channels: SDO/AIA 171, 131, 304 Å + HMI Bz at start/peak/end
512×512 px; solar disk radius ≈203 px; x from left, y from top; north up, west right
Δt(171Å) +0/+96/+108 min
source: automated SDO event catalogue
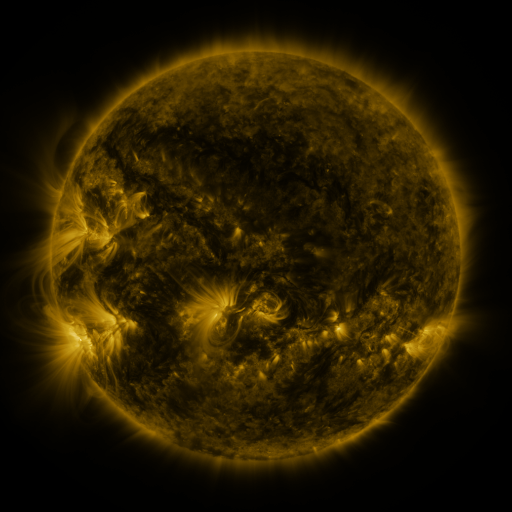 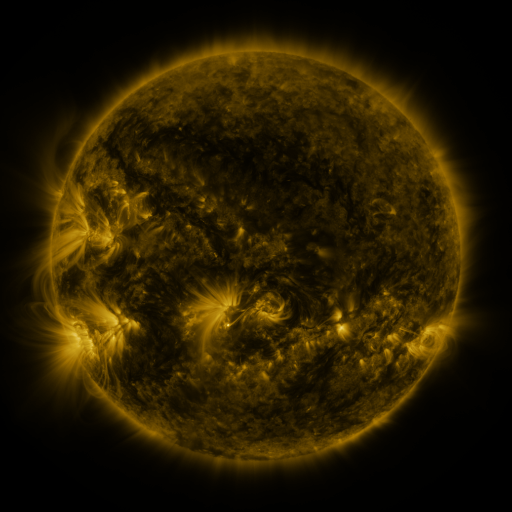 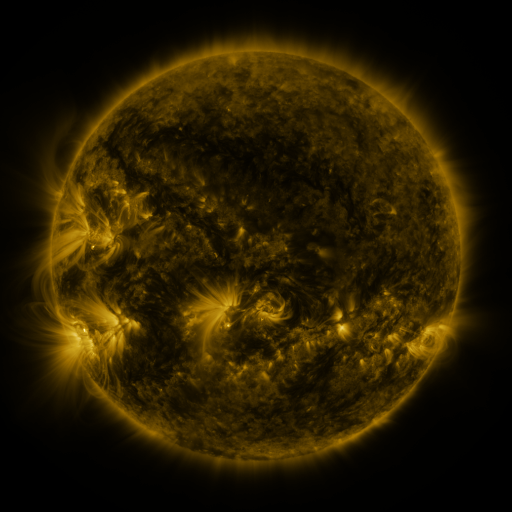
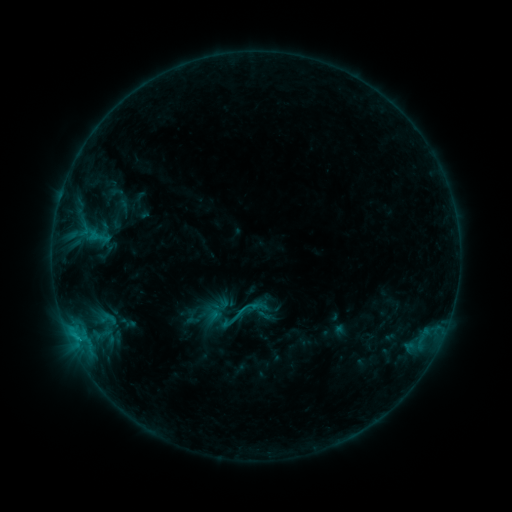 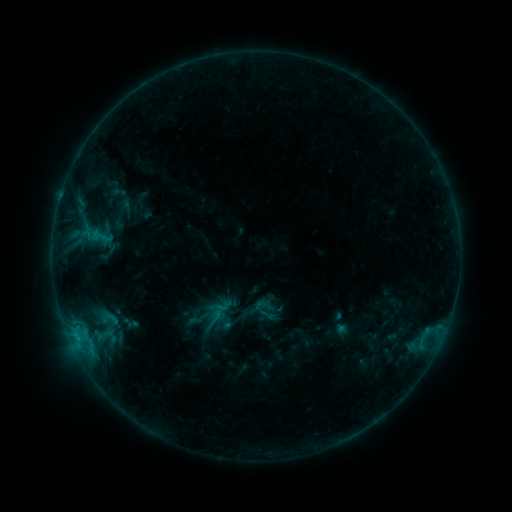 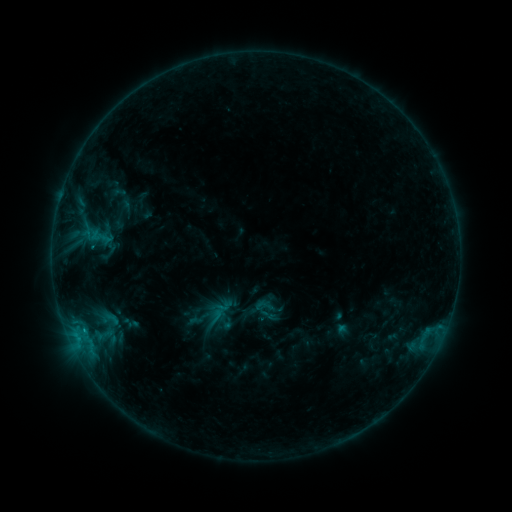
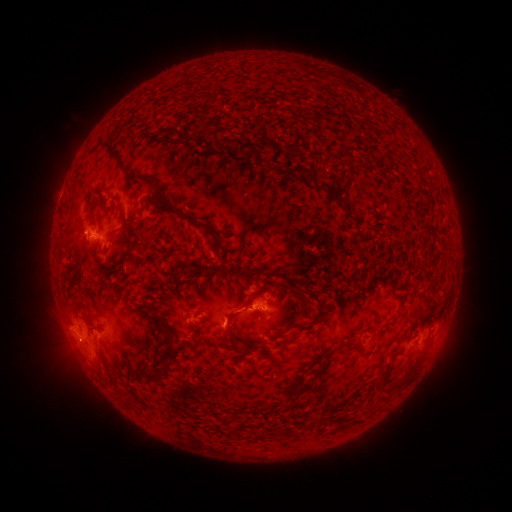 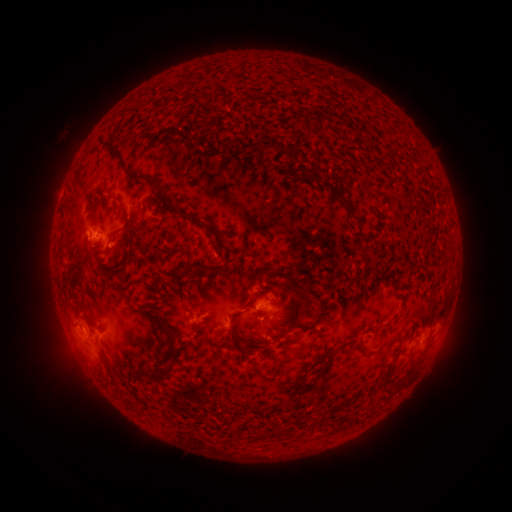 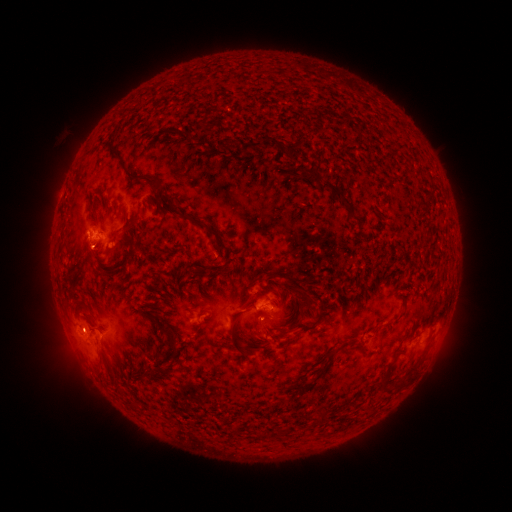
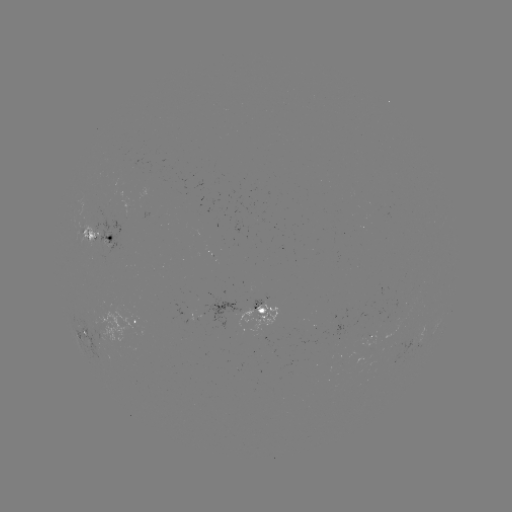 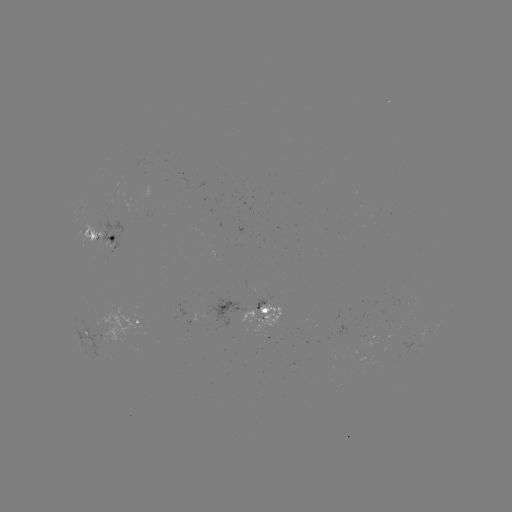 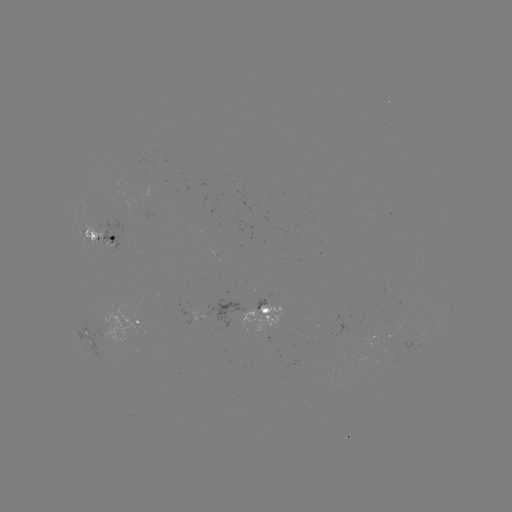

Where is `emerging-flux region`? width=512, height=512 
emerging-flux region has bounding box [96, 217, 124, 252].